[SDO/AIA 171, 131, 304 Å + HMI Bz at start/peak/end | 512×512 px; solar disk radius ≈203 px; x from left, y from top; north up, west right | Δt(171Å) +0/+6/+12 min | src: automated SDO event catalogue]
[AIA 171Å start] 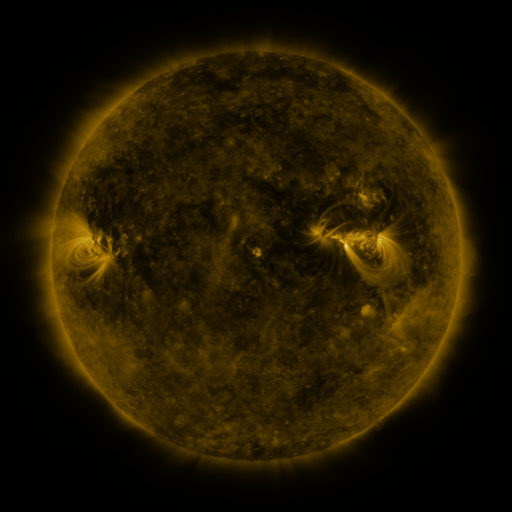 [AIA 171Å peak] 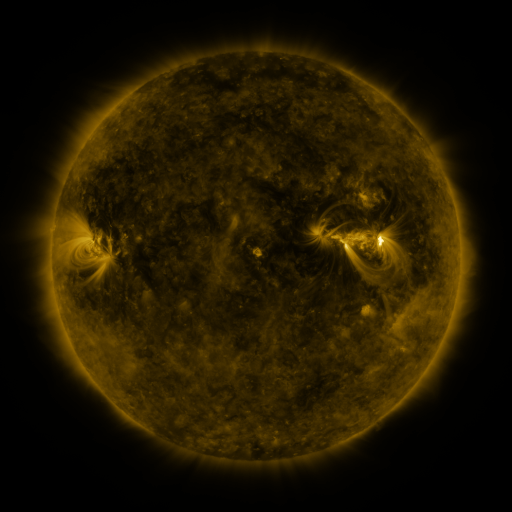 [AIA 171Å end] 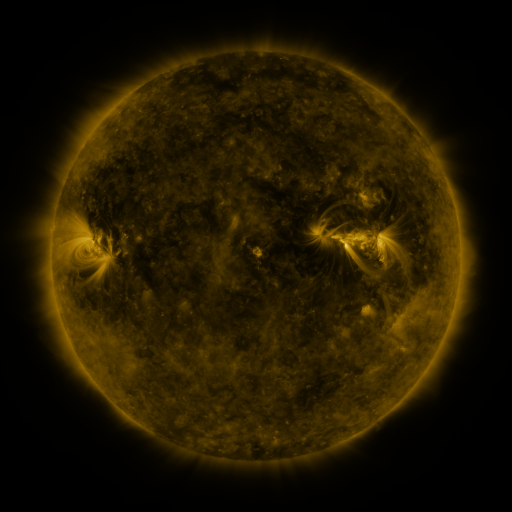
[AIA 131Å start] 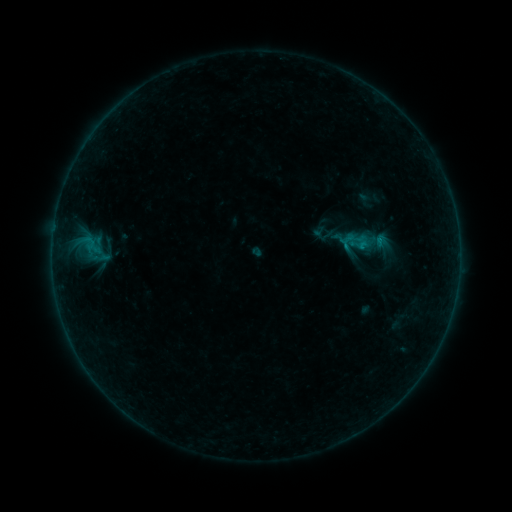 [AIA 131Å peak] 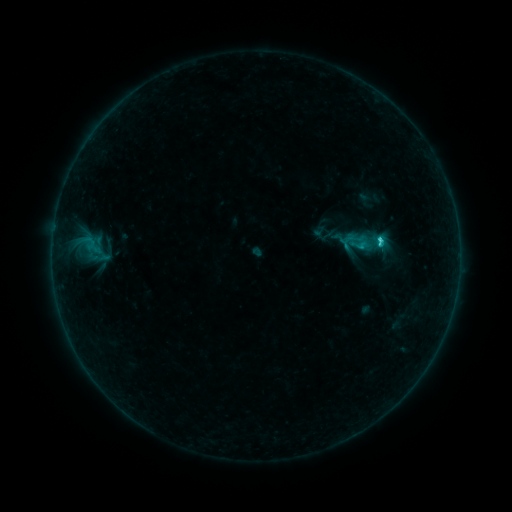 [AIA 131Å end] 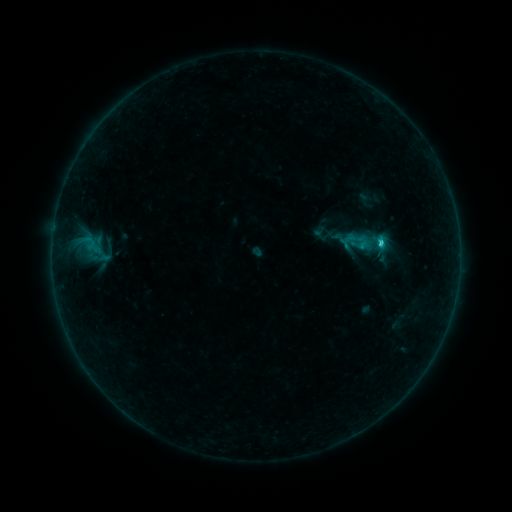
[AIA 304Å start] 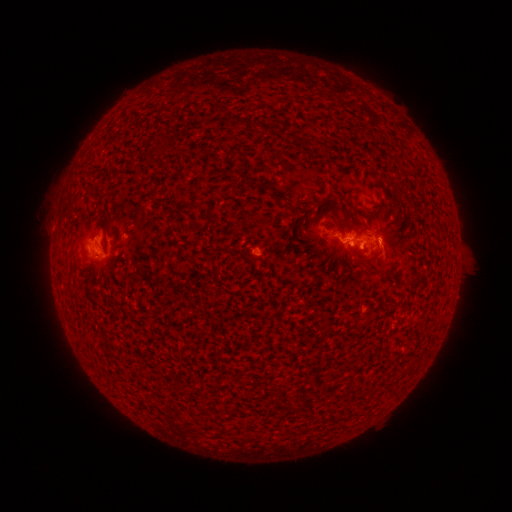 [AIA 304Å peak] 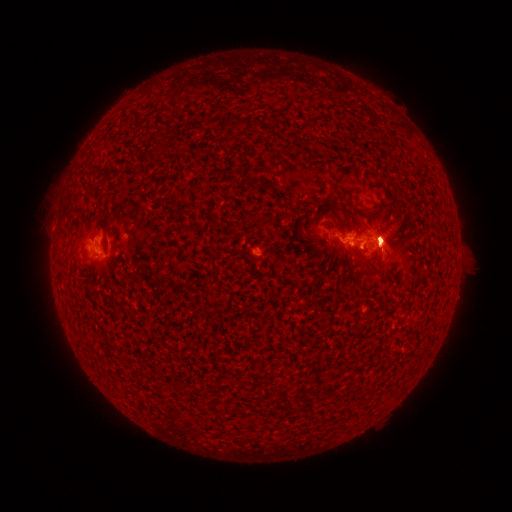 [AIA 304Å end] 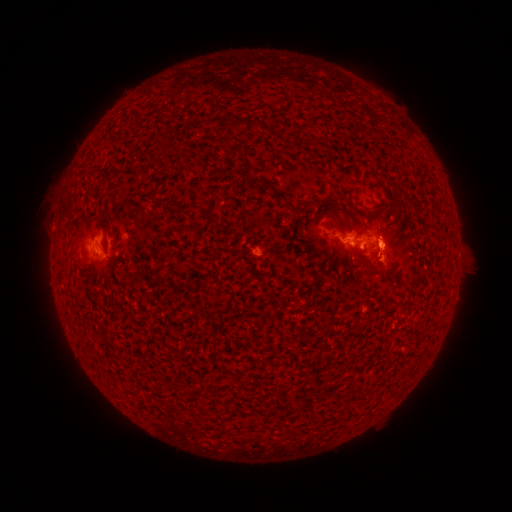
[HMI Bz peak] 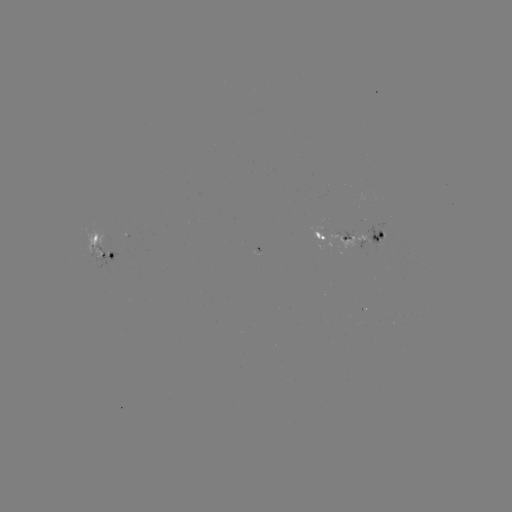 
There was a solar flare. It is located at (380, 243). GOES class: C1.9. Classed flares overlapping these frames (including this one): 1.